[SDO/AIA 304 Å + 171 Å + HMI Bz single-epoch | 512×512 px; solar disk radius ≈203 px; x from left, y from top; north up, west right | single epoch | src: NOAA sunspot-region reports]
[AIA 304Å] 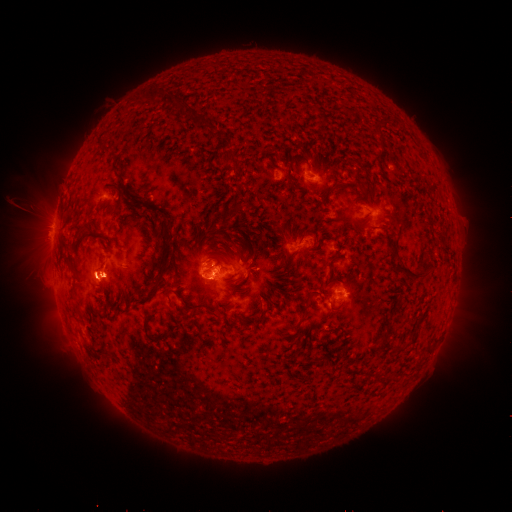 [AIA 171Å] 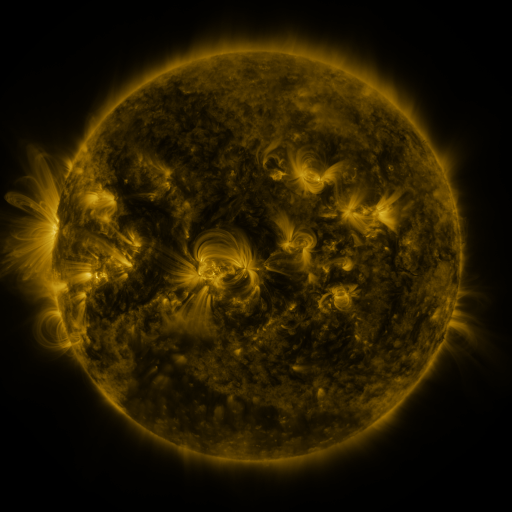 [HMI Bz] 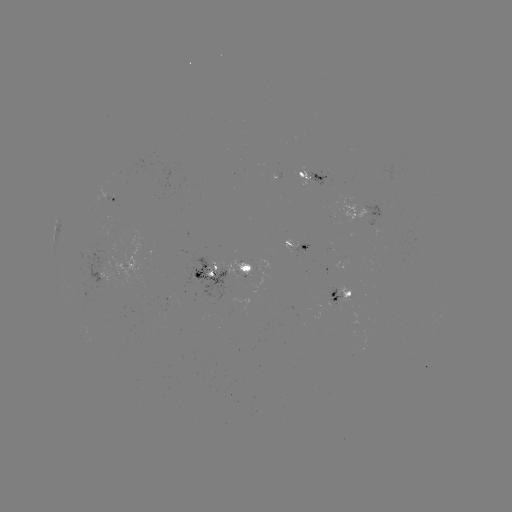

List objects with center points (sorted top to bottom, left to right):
spotted active region: (315, 174)
spotted active region: (106, 197)
spotted active region: (374, 215)
spotted active region: (298, 246)
spotted active region: (224, 271)
spotted active region: (341, 297)
